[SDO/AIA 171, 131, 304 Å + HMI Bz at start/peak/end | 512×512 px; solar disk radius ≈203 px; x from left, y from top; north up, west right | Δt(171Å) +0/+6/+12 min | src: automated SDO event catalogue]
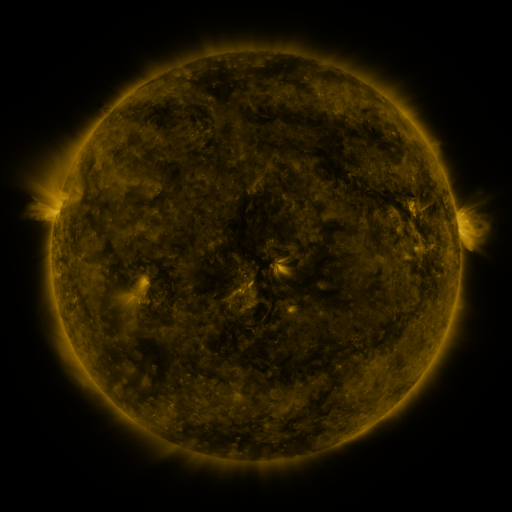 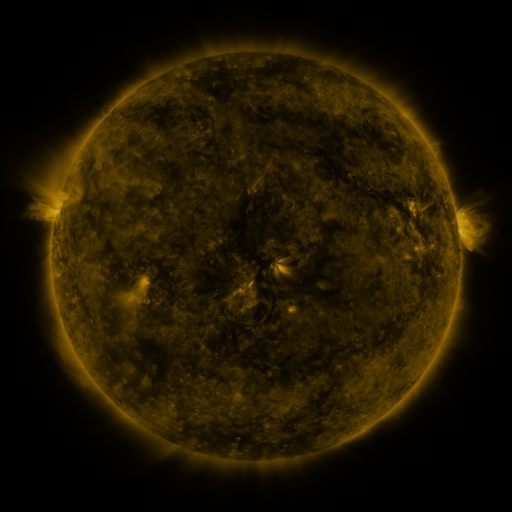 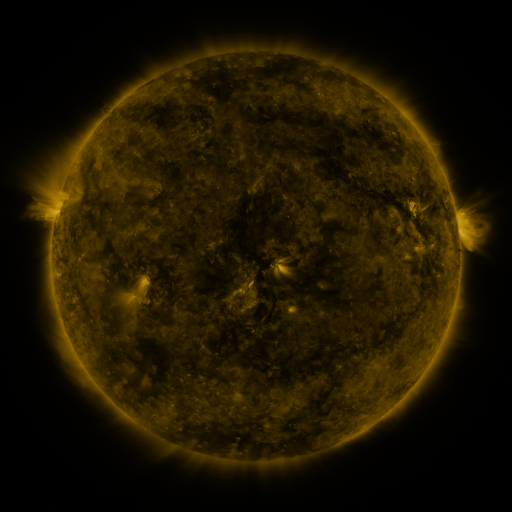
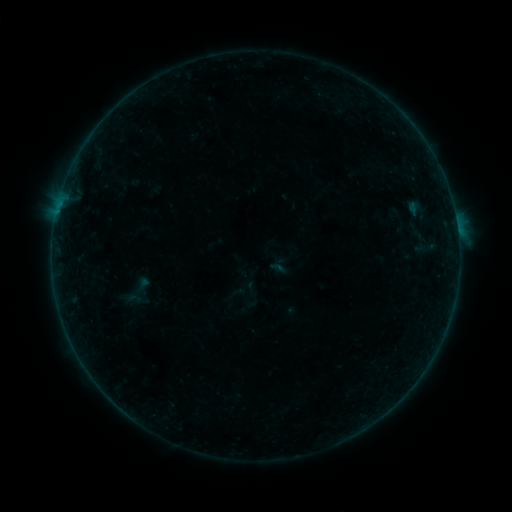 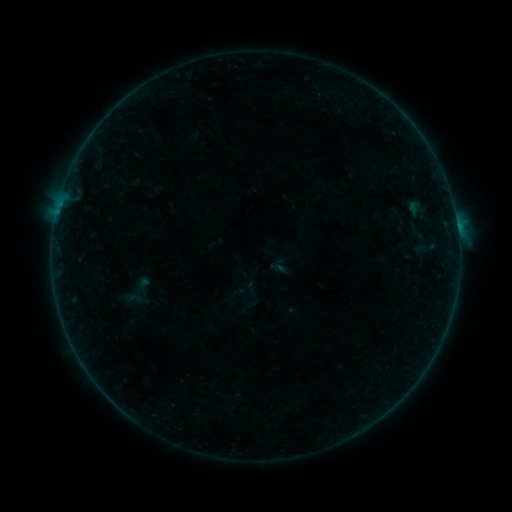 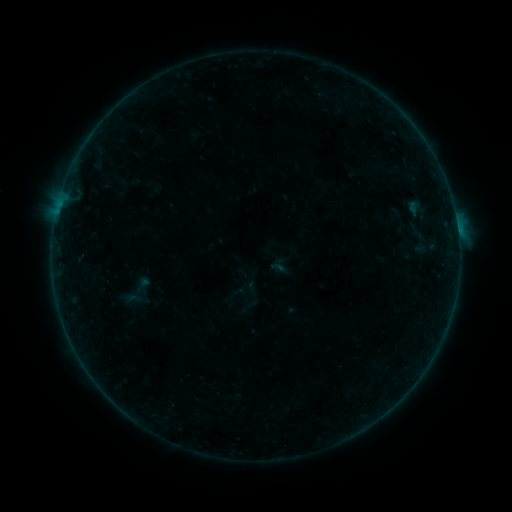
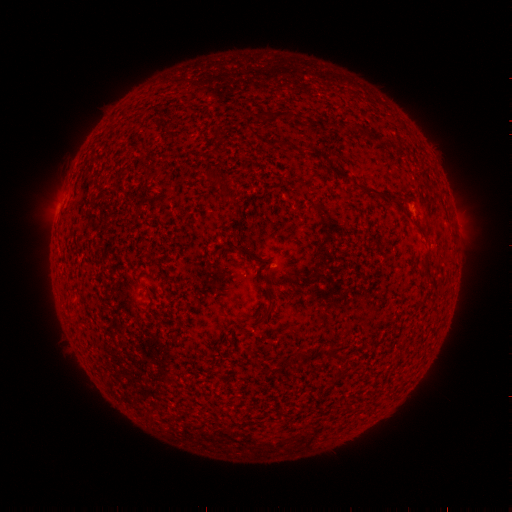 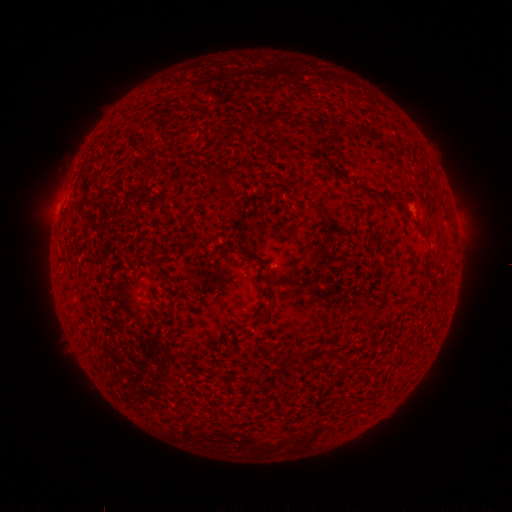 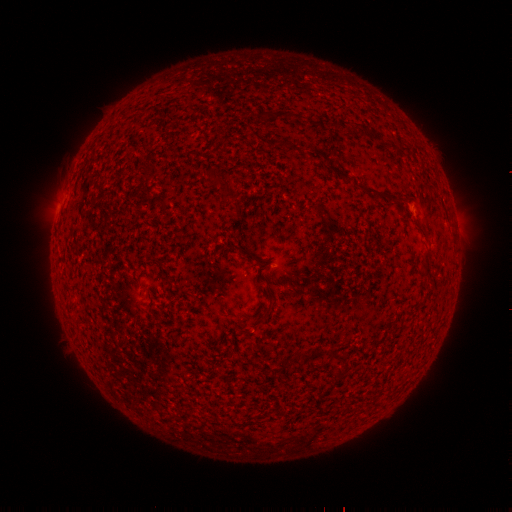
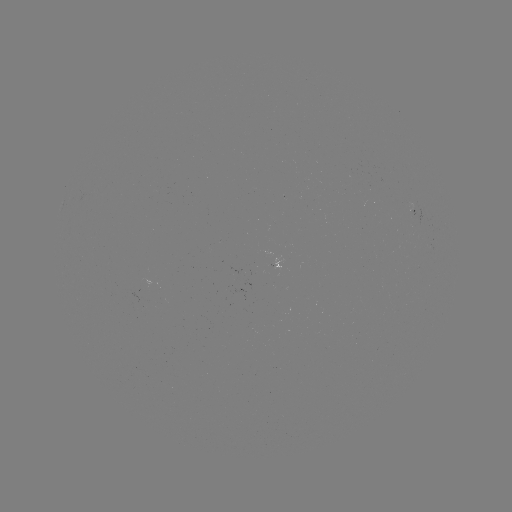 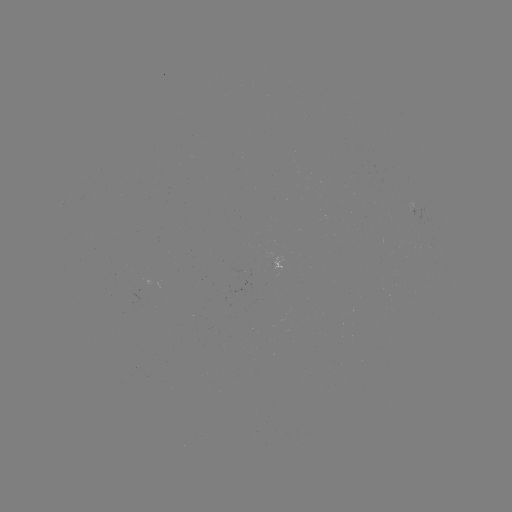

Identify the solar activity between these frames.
B2.2 flare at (457, 227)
